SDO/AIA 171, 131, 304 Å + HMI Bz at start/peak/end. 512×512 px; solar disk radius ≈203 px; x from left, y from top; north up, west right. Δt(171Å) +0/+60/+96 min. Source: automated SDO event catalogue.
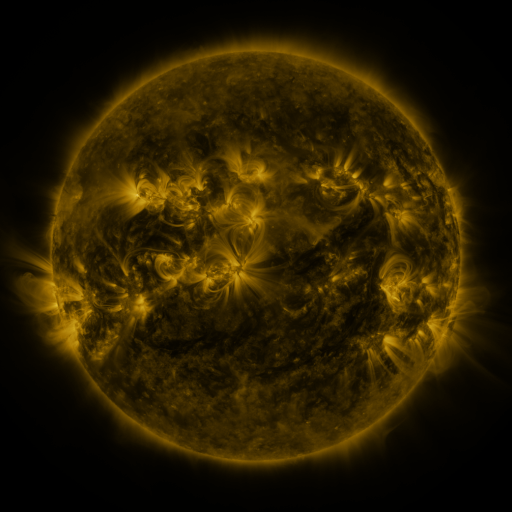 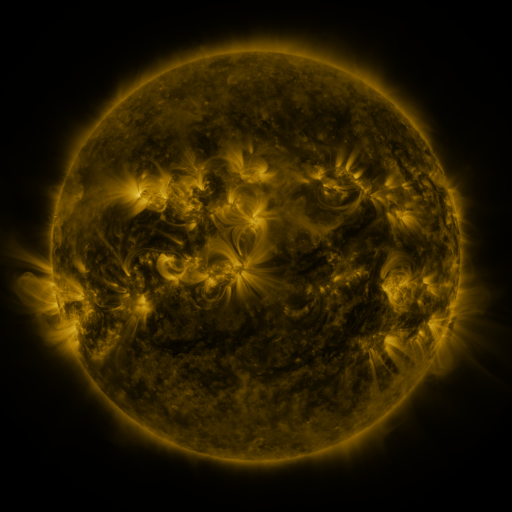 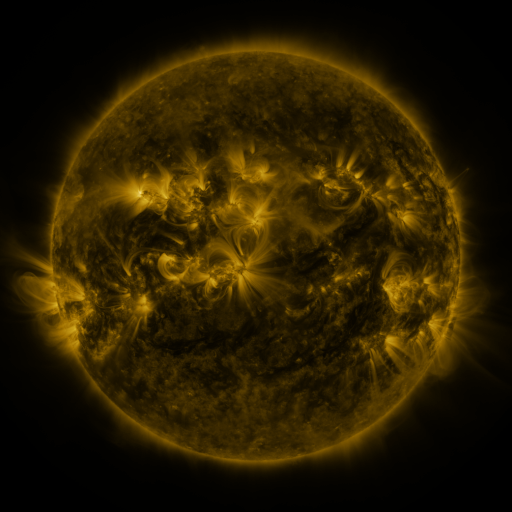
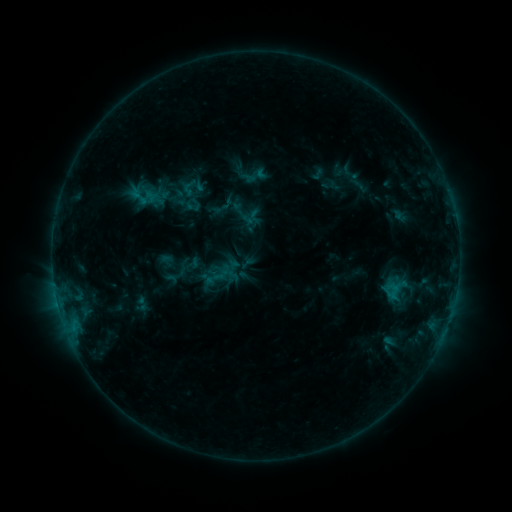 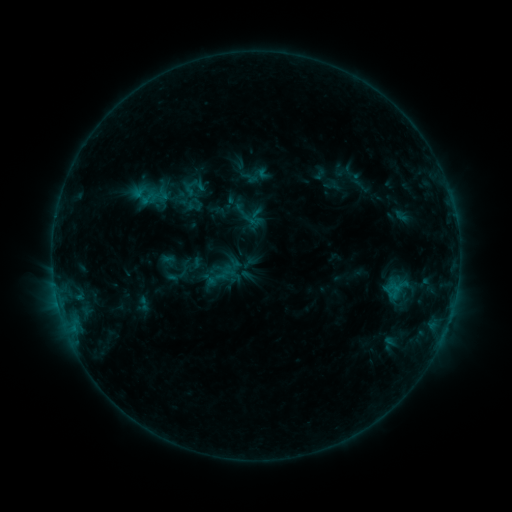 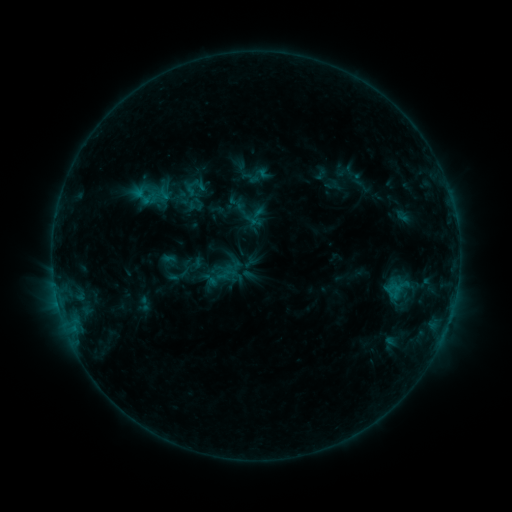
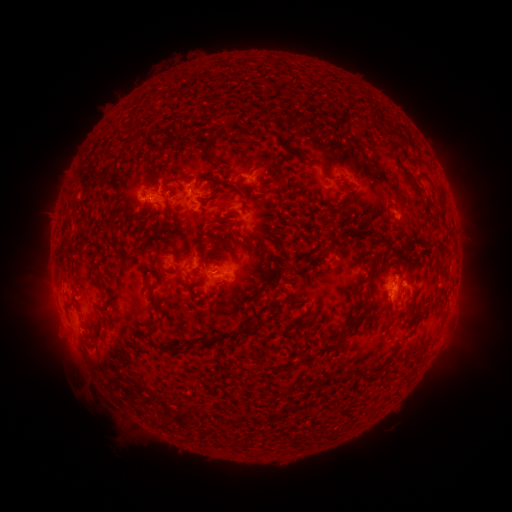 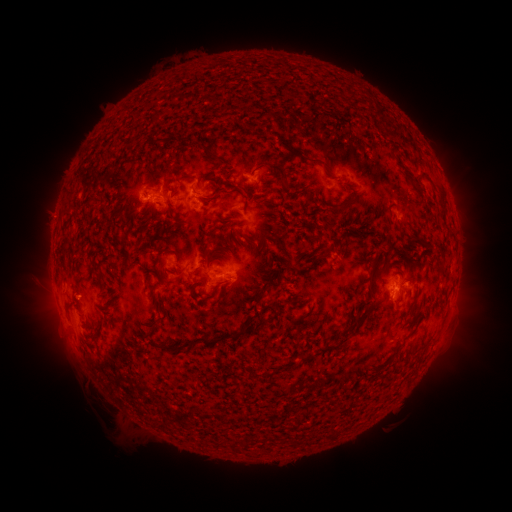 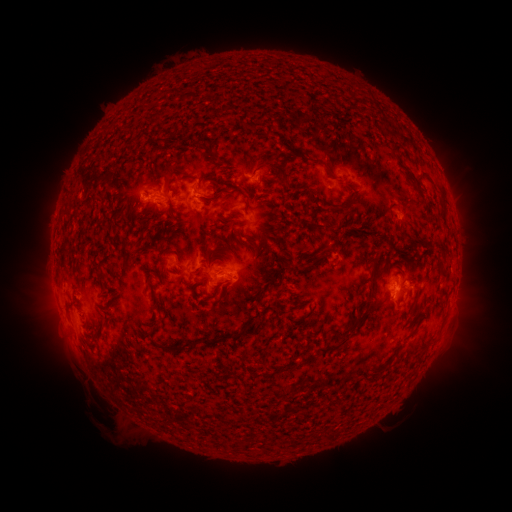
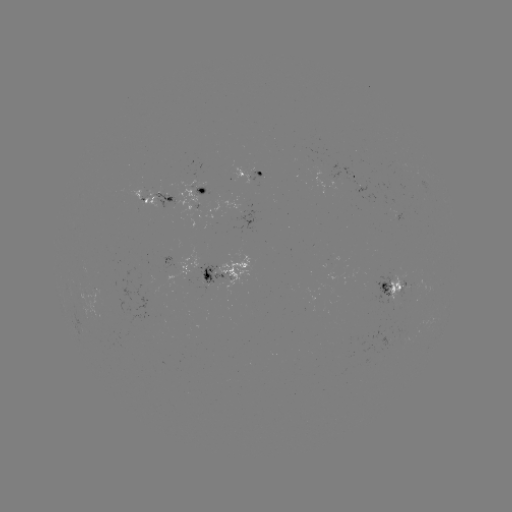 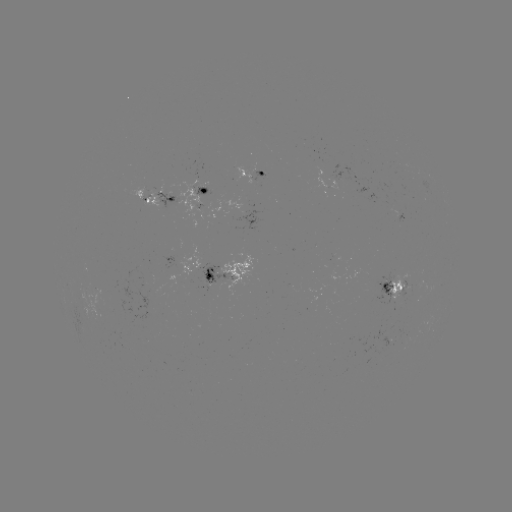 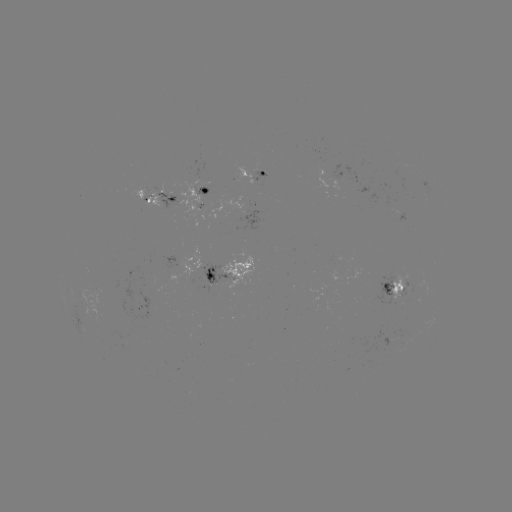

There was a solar emerging-flux region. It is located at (391, 334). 